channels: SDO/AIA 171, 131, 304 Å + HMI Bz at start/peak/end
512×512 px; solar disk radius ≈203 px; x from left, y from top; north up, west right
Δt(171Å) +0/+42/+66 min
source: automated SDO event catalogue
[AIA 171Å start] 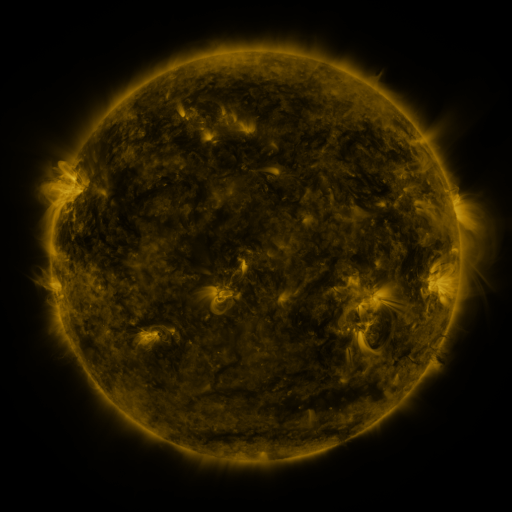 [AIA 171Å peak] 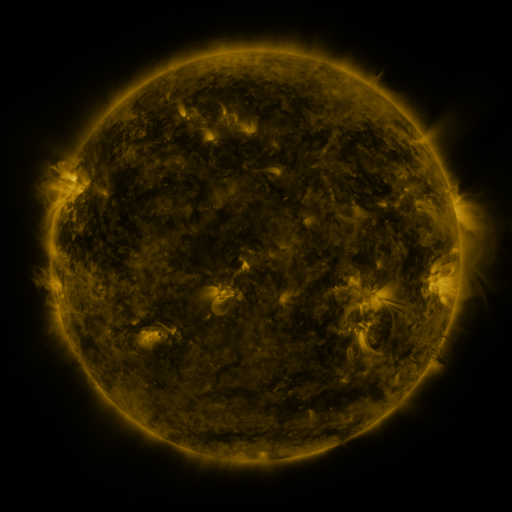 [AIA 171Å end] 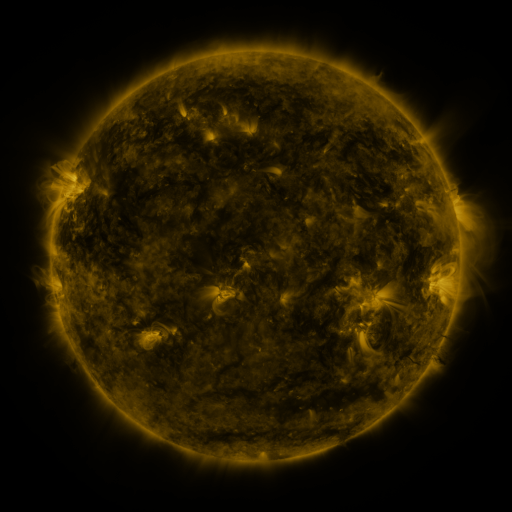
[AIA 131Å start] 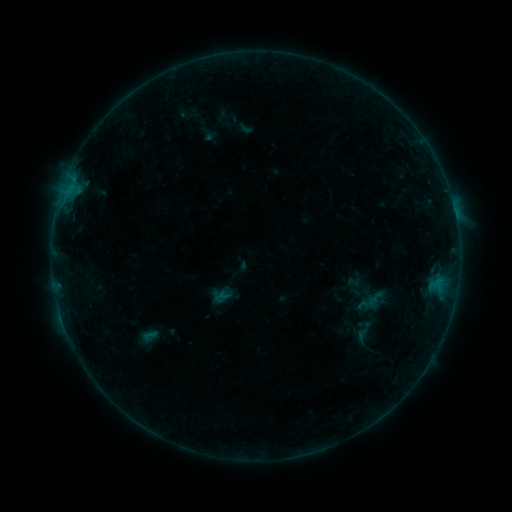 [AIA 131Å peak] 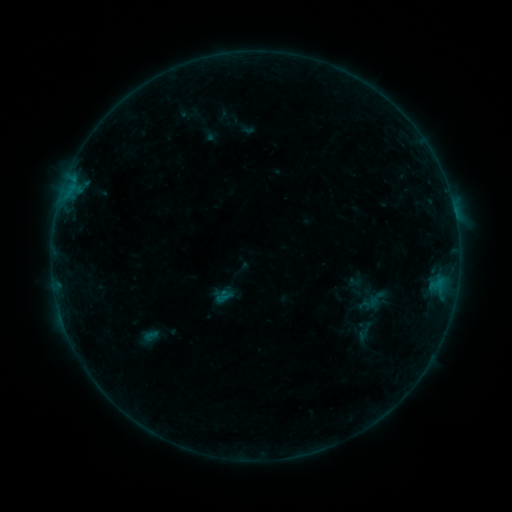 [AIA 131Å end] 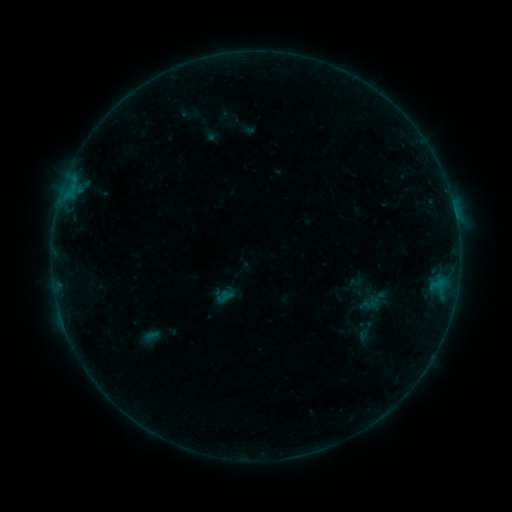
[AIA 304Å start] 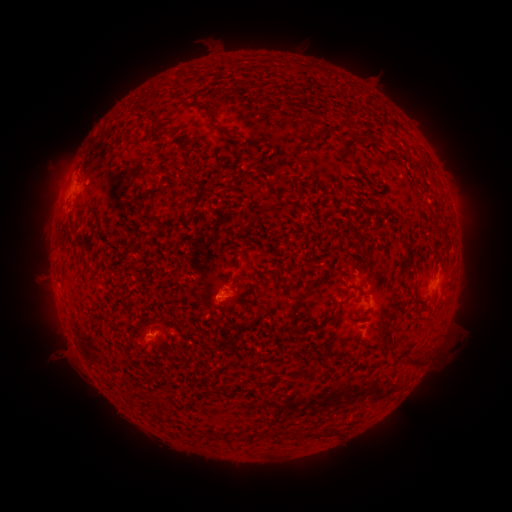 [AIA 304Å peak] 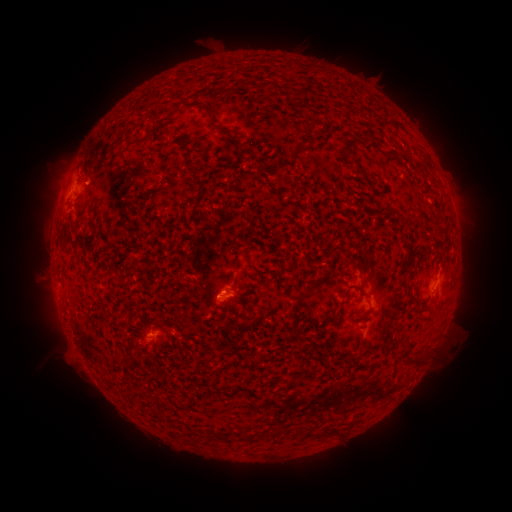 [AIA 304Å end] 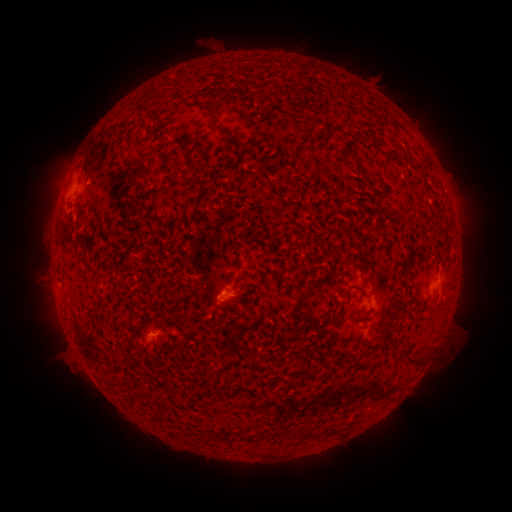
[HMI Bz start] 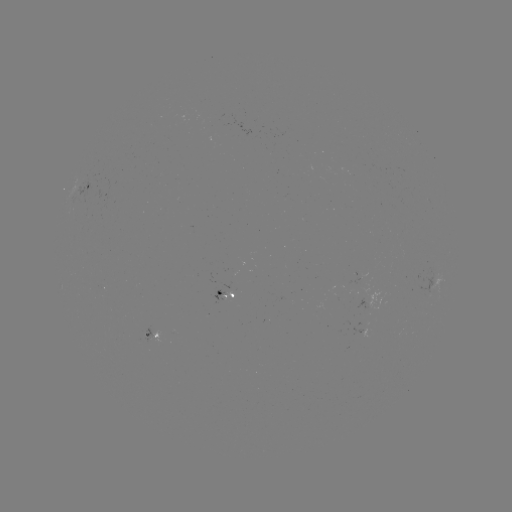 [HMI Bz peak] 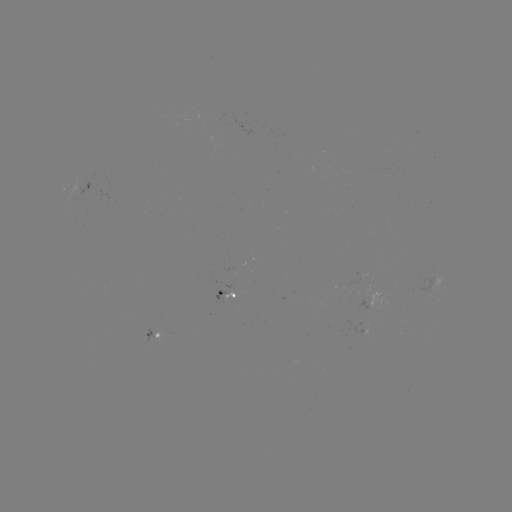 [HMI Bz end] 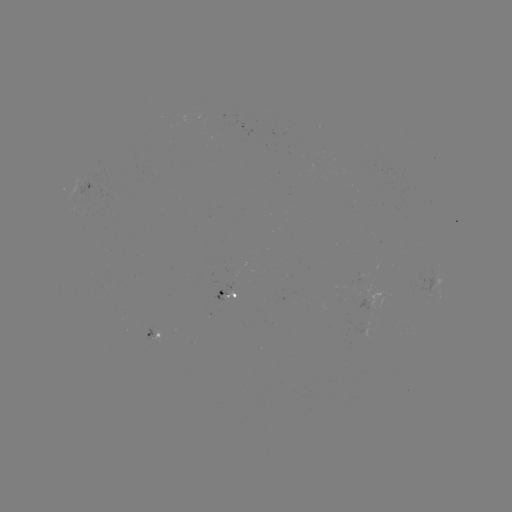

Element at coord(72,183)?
B3.9 flare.